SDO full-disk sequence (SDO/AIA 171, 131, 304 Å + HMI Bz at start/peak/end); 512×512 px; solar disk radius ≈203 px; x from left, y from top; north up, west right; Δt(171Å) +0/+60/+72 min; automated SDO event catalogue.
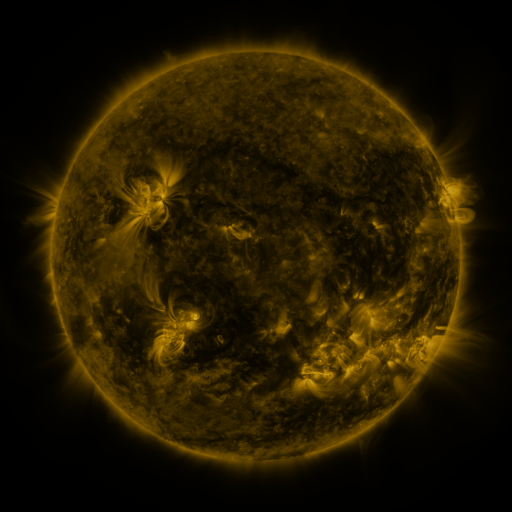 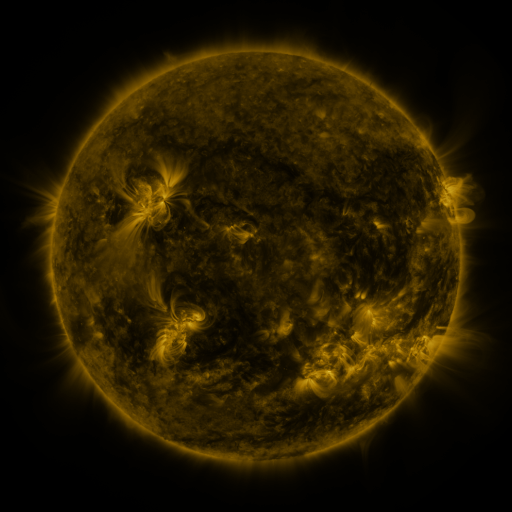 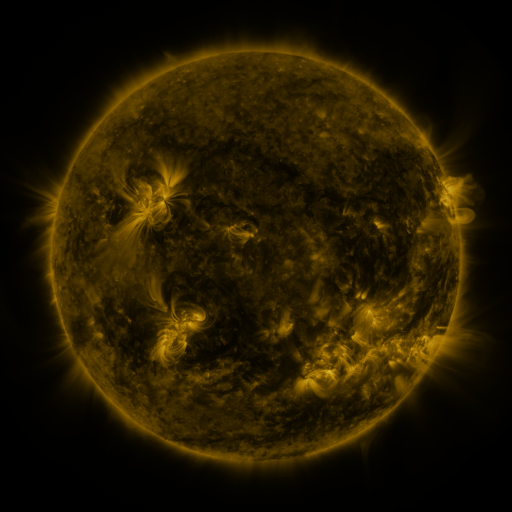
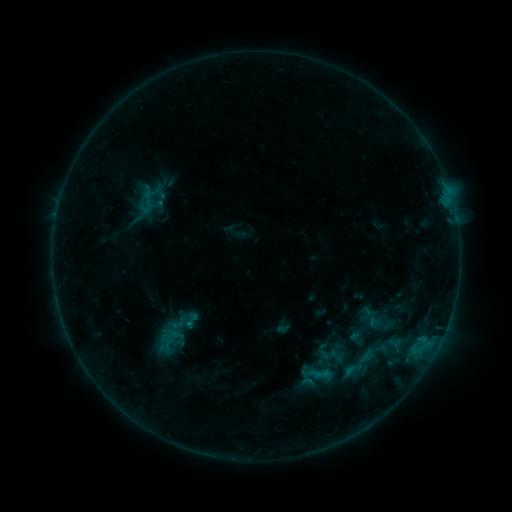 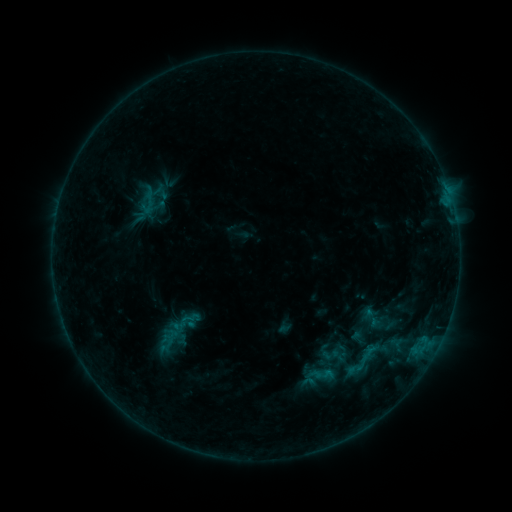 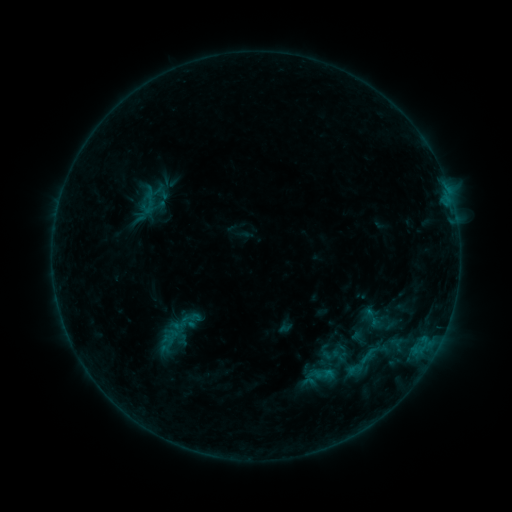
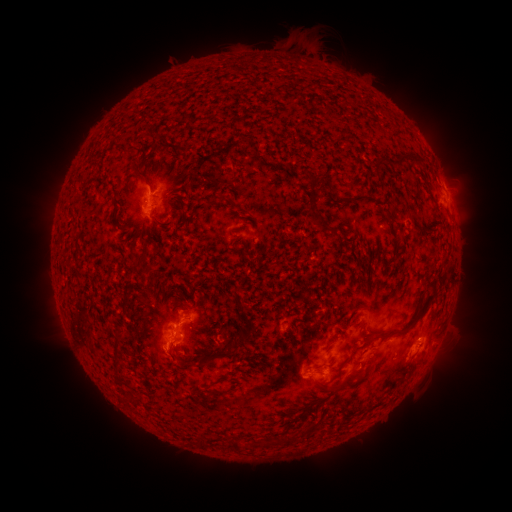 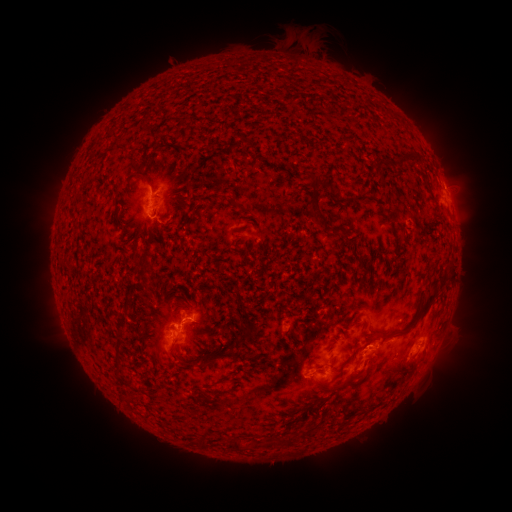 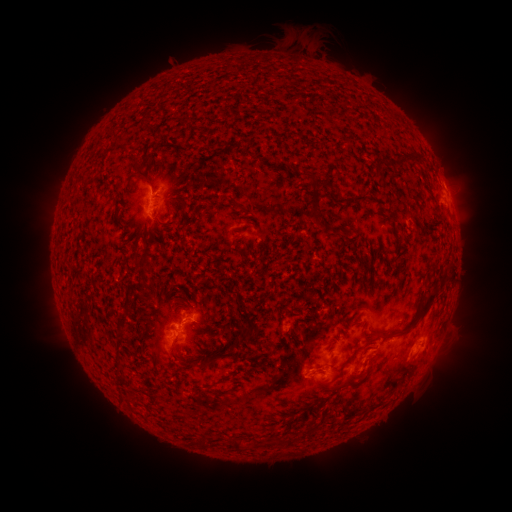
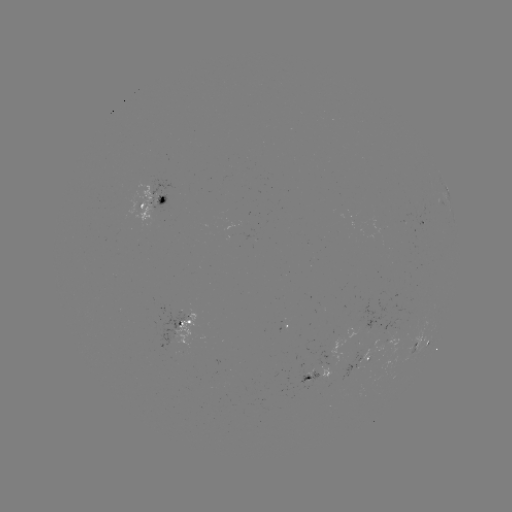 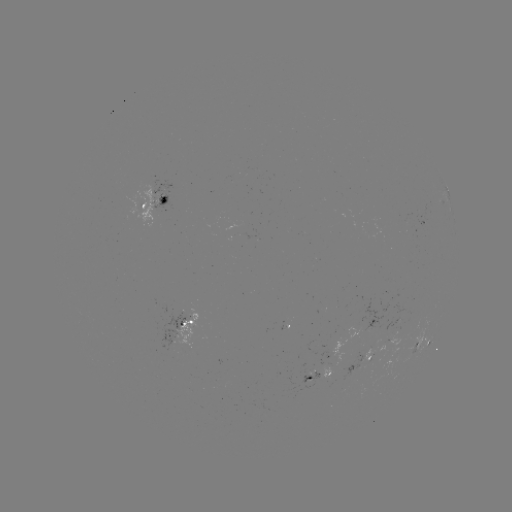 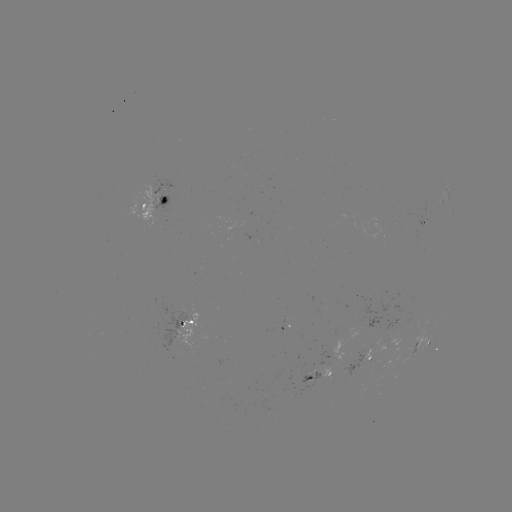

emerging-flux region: <bbox>384, 332, 398, 343</bbox>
